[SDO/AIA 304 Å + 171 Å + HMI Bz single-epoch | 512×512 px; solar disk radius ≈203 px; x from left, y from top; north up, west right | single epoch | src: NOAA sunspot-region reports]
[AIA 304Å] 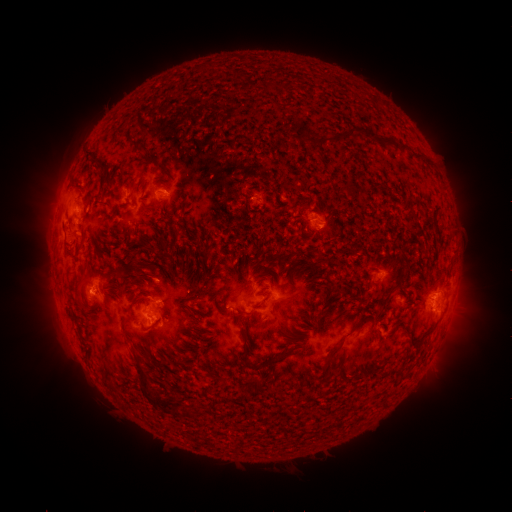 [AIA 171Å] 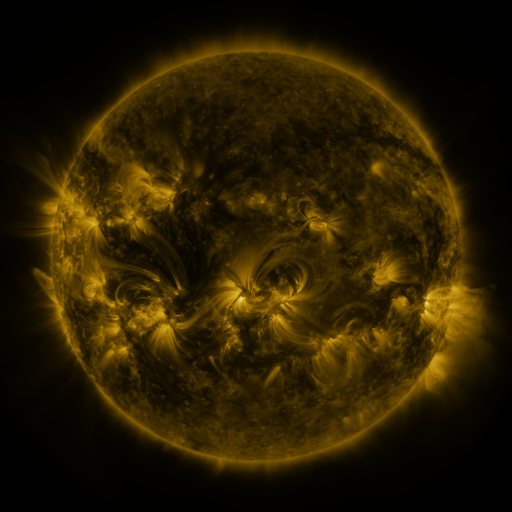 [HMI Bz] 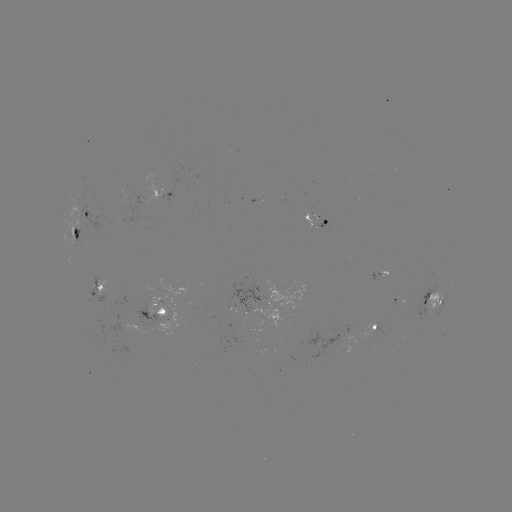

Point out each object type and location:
spotted active region: (164, 195)
spotted active region: (88, 212)
spotted active region: (307, 212)
spotted active region: (77, 234)
spotted active region: (380, 276)
spotted active region: (99, 287)
spotted active region: (435, 297)
spotted active region: (155, 314)
spotted active region: (373, 328)
